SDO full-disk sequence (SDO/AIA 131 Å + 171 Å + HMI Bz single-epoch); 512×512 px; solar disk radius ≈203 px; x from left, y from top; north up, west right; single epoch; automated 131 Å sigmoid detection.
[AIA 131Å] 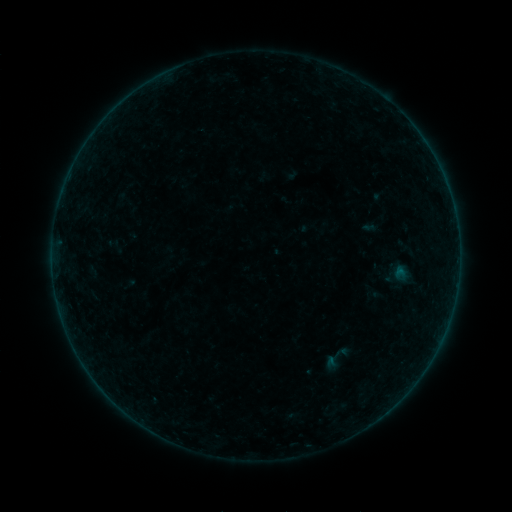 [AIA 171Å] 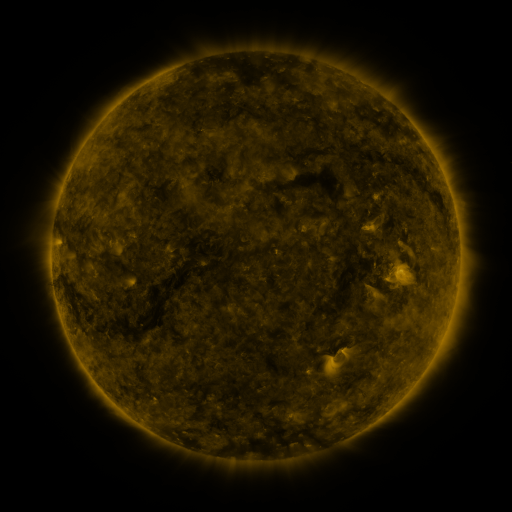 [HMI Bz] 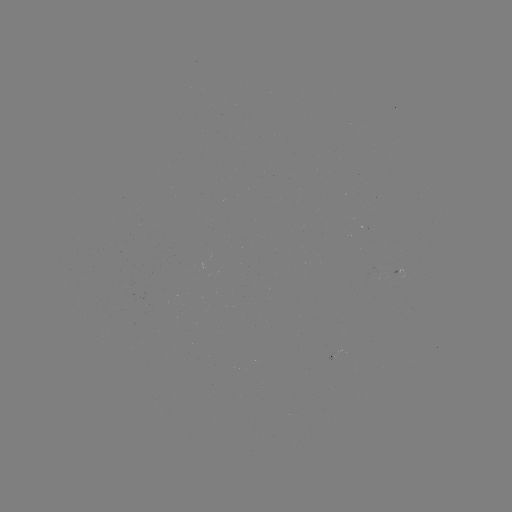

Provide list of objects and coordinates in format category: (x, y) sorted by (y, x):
sigmoid: (336, 359)
